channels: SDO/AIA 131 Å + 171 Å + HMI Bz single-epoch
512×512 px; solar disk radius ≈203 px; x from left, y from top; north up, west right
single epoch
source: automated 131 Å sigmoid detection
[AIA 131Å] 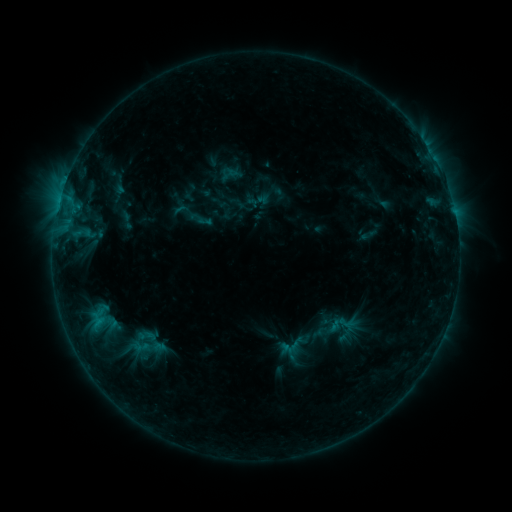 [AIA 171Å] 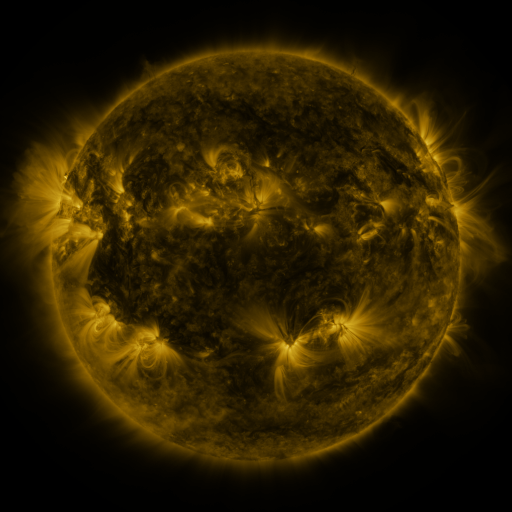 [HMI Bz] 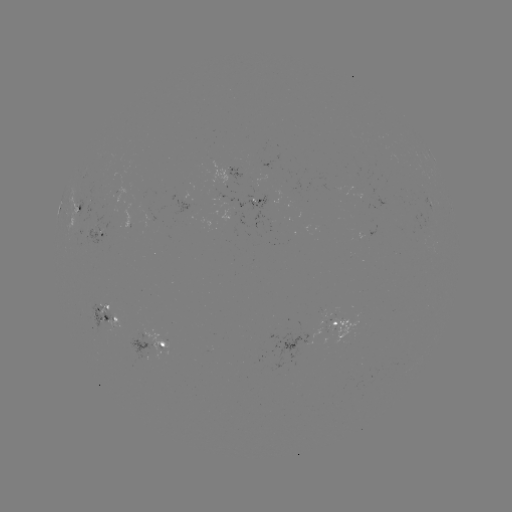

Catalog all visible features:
sigmoid: (323, 313, 343, 333)
sigmoid: (132, 326, 160, 346)
